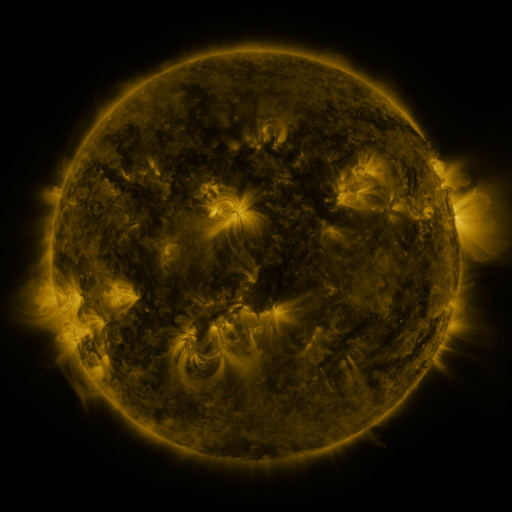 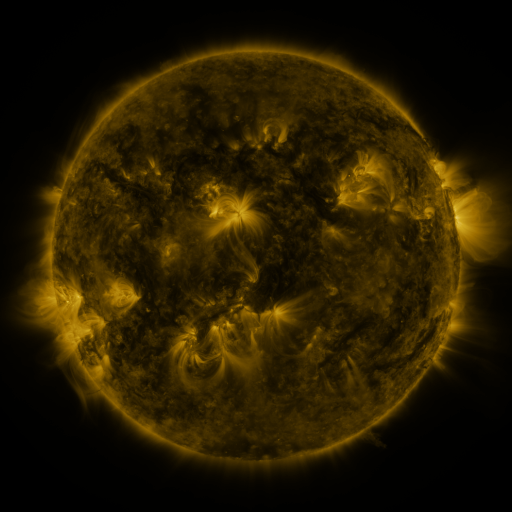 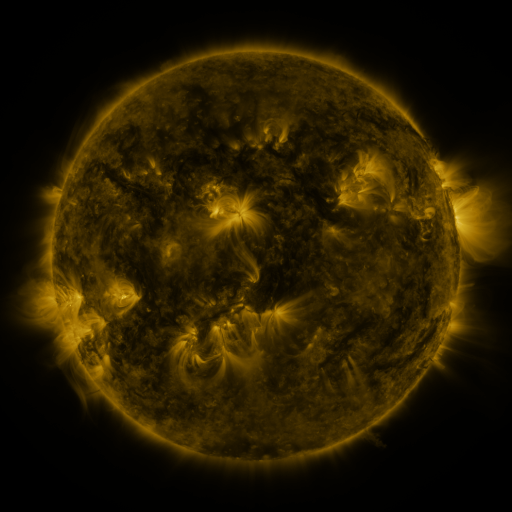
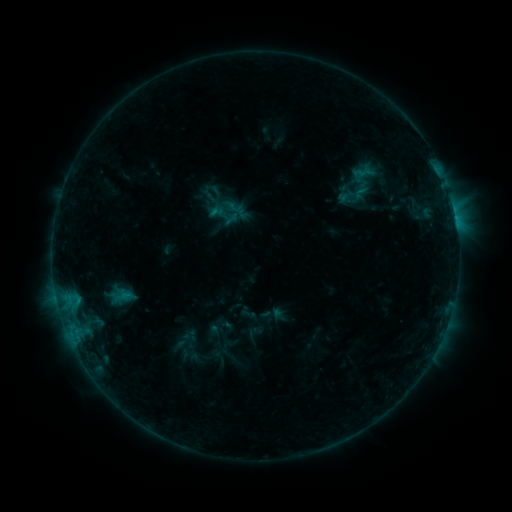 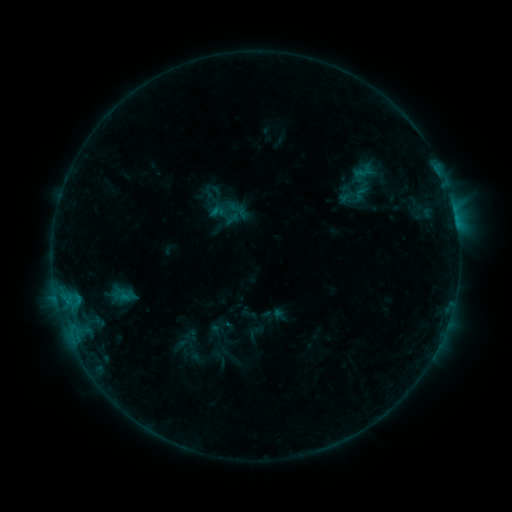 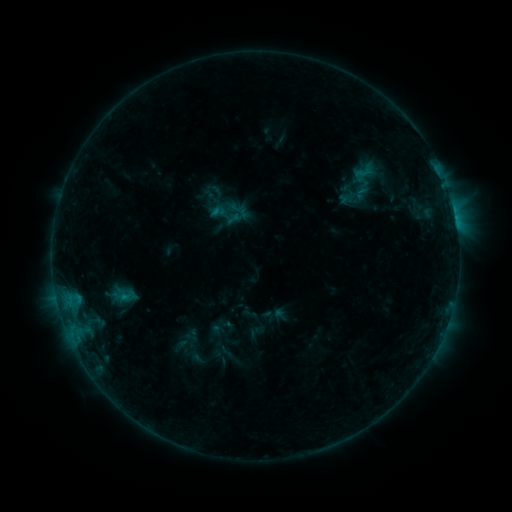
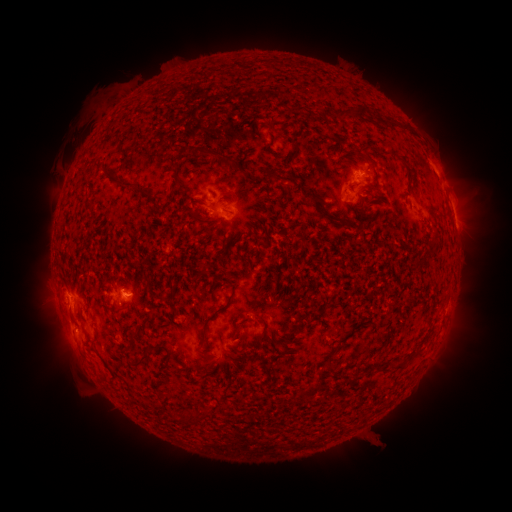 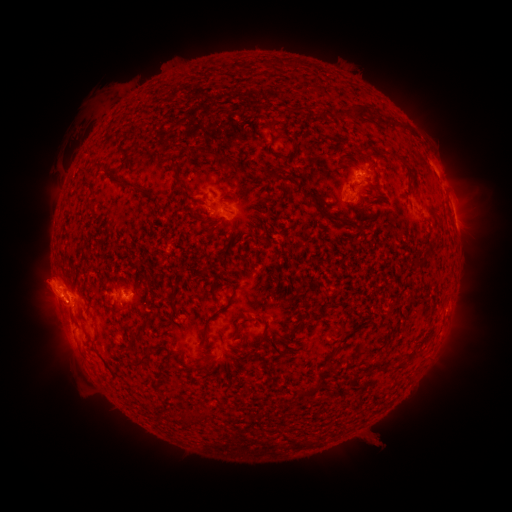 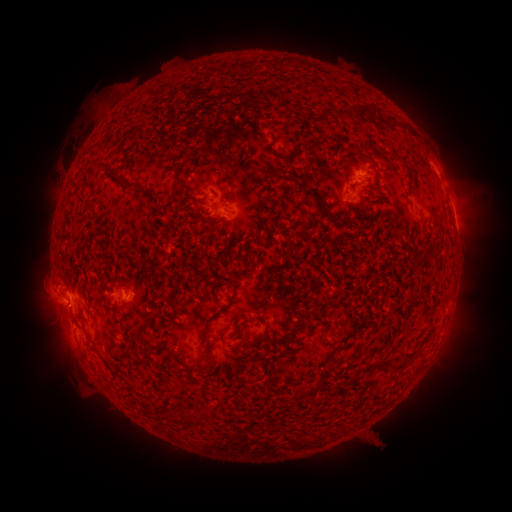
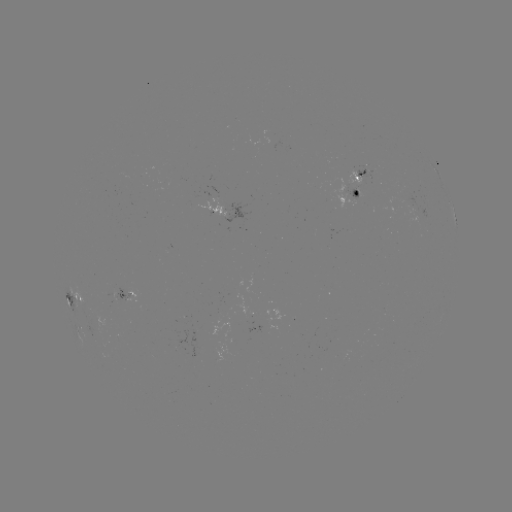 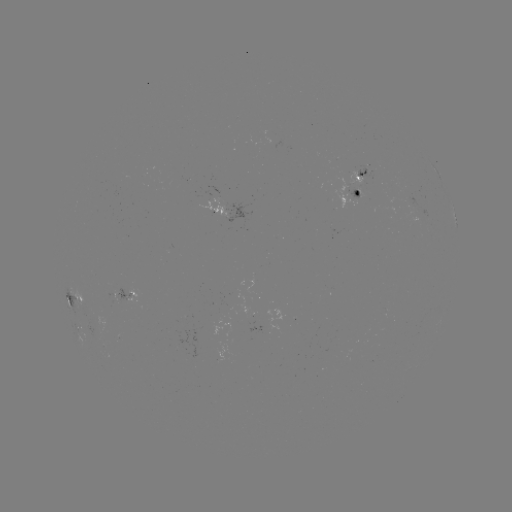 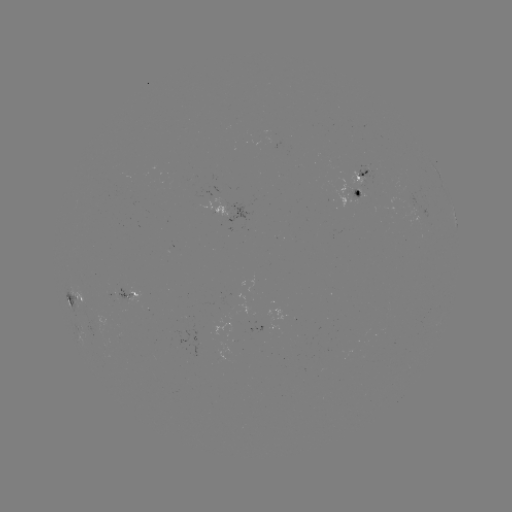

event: eruption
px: (46, 292)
